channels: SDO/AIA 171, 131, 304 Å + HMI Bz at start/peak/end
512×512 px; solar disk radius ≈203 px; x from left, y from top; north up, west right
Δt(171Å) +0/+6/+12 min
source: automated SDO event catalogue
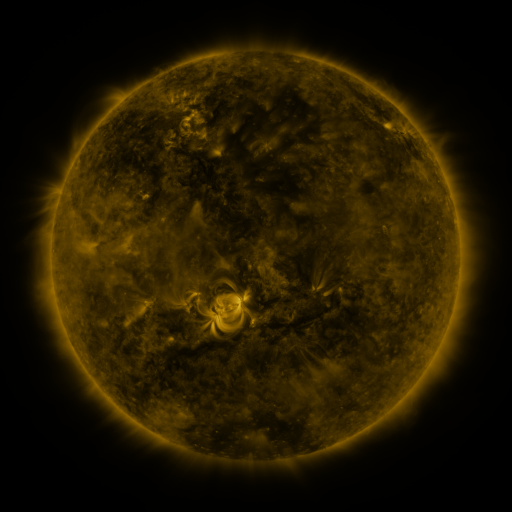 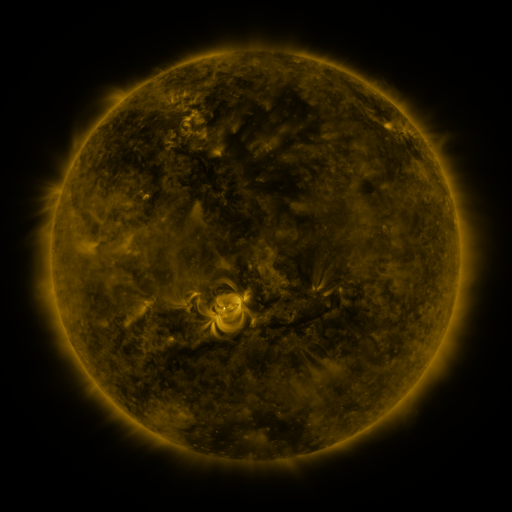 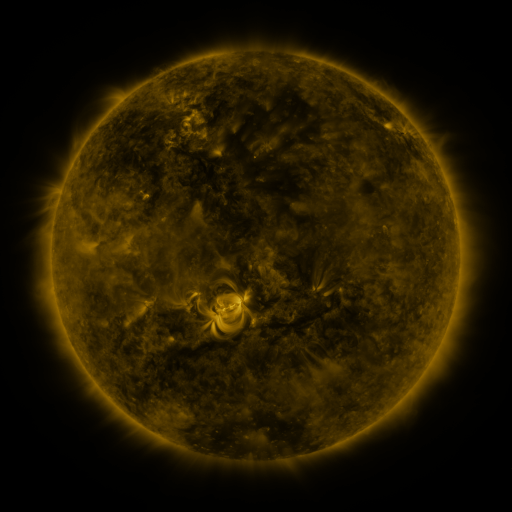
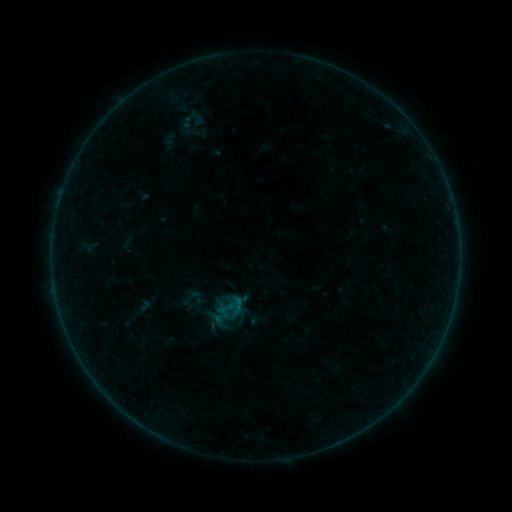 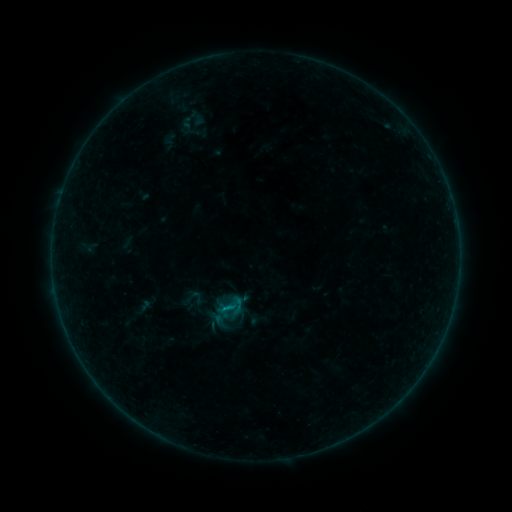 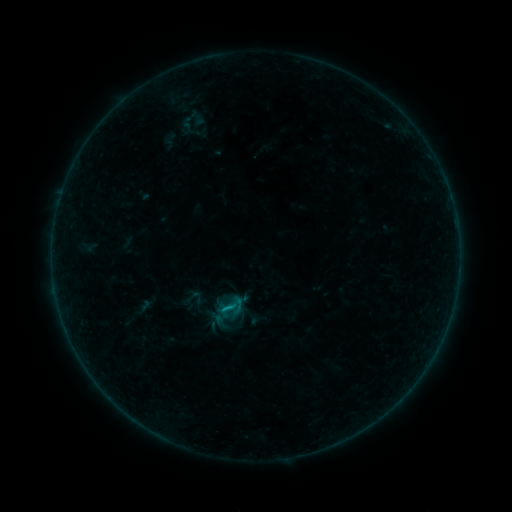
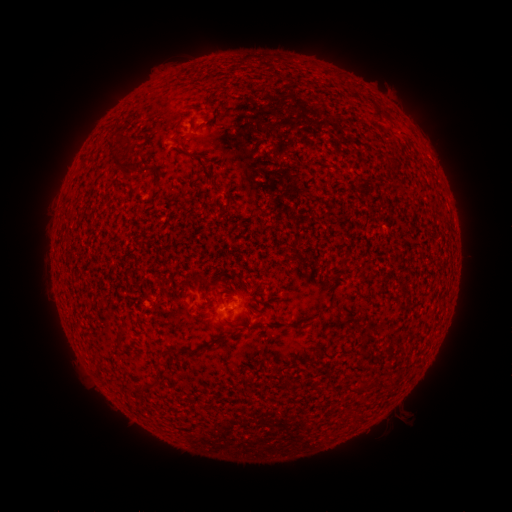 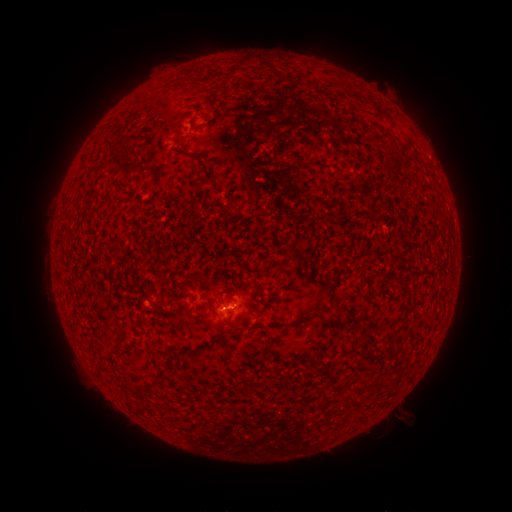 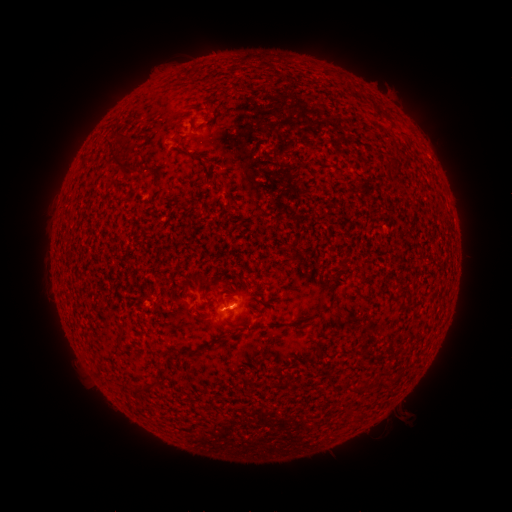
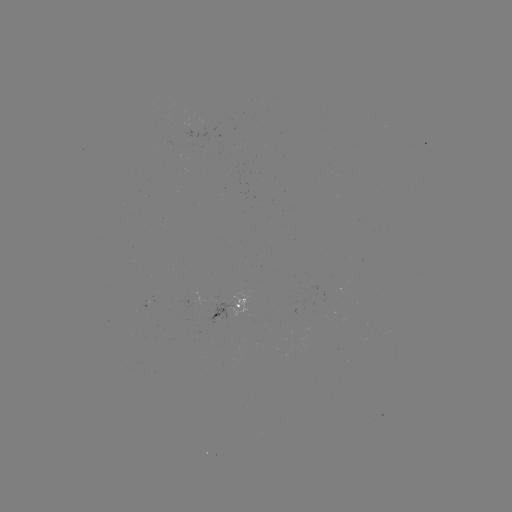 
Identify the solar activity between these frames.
B4.1 flare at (226, 308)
